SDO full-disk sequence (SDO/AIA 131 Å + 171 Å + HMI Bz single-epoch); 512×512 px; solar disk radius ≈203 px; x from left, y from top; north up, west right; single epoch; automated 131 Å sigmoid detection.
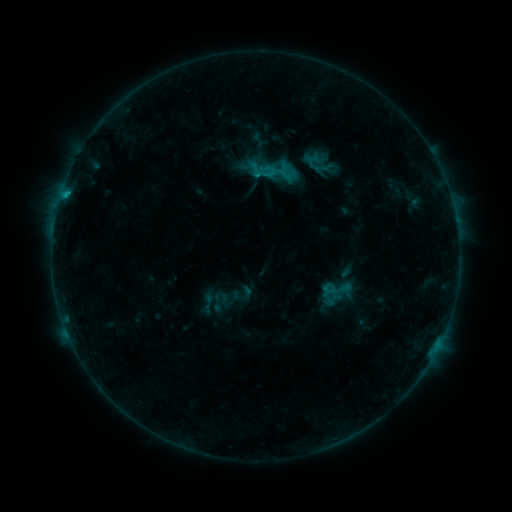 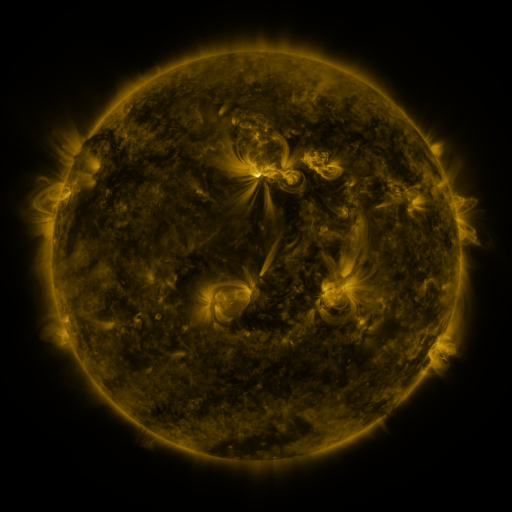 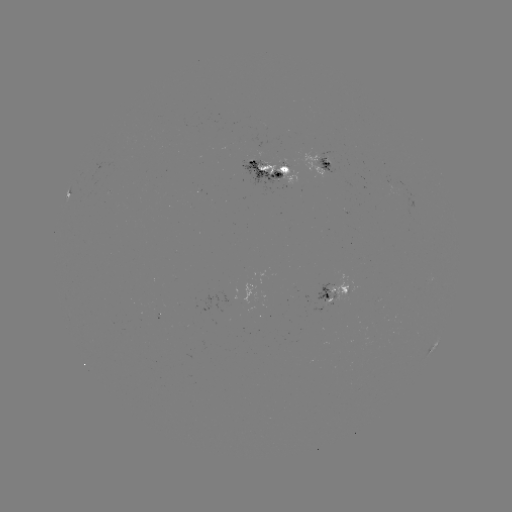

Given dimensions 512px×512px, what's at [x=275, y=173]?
sigmoid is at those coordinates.